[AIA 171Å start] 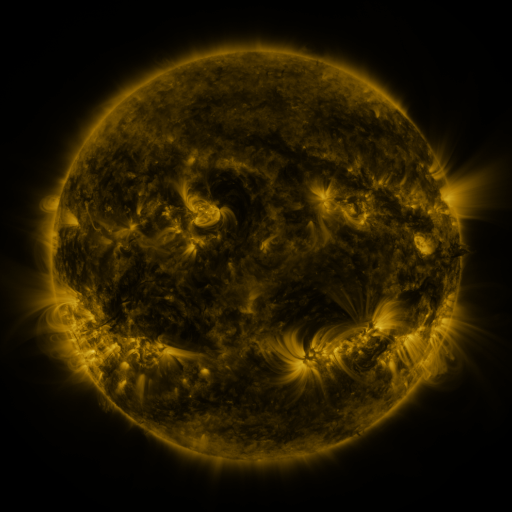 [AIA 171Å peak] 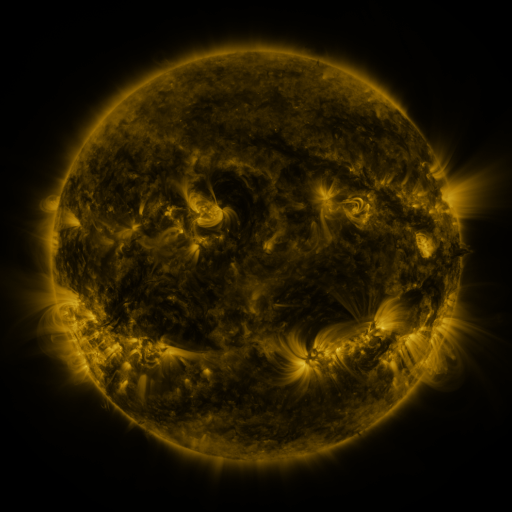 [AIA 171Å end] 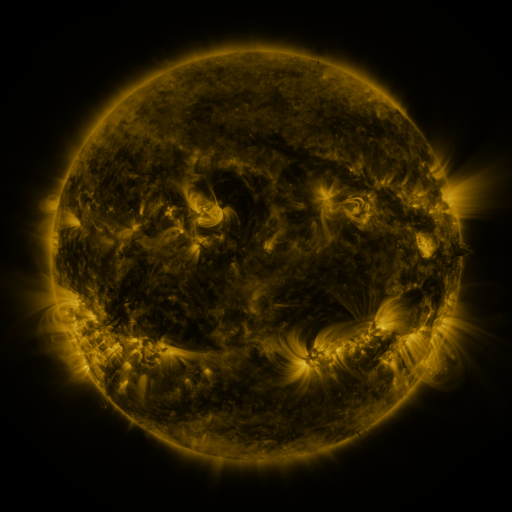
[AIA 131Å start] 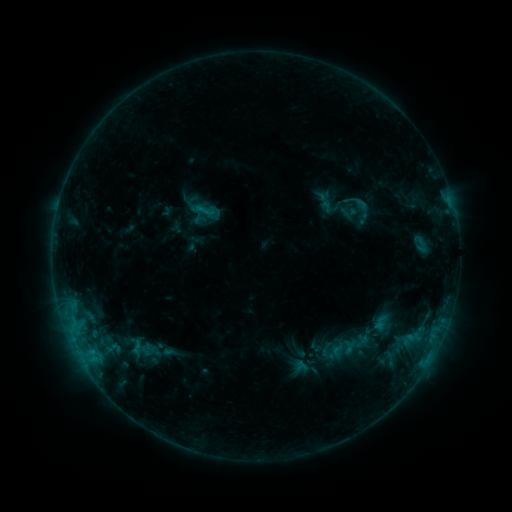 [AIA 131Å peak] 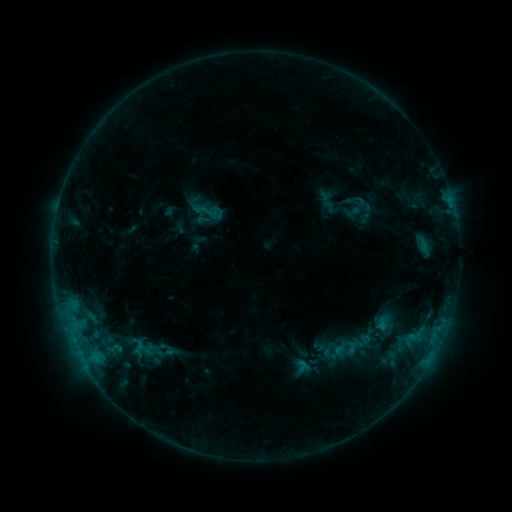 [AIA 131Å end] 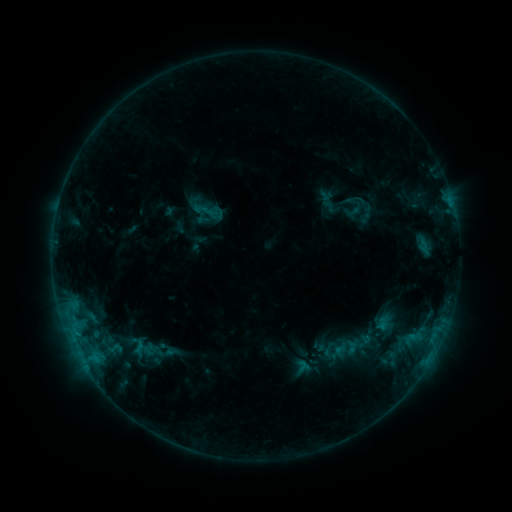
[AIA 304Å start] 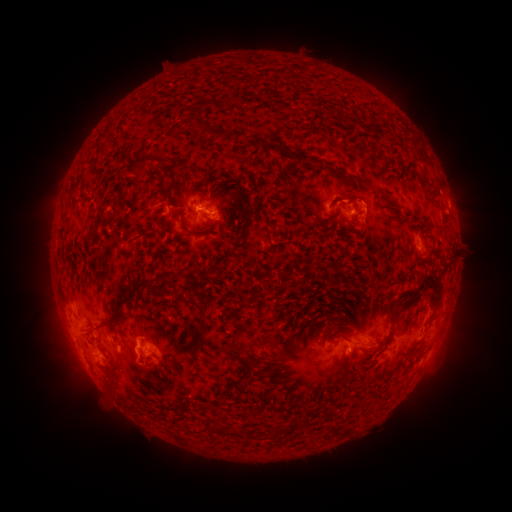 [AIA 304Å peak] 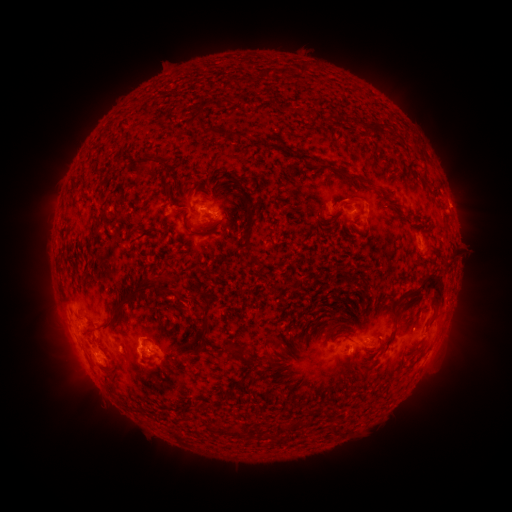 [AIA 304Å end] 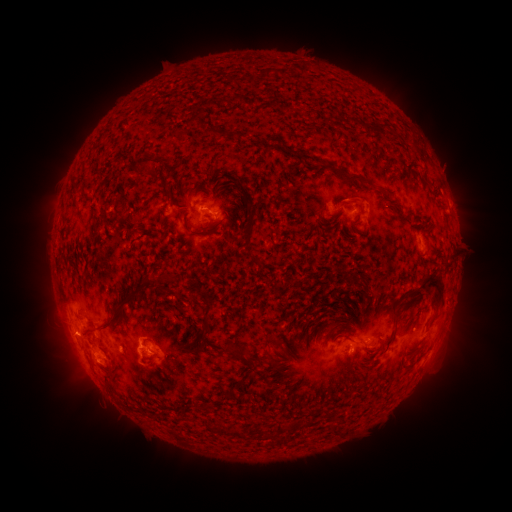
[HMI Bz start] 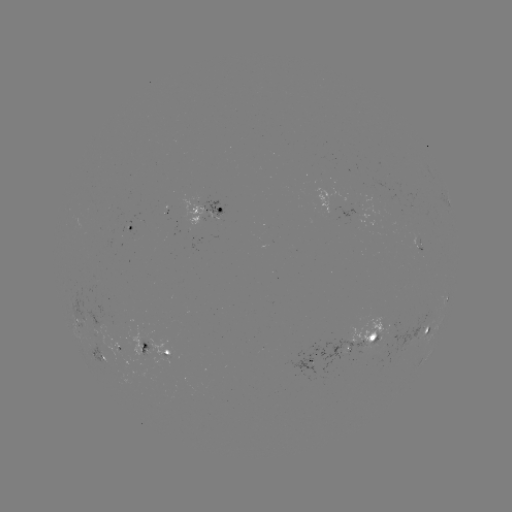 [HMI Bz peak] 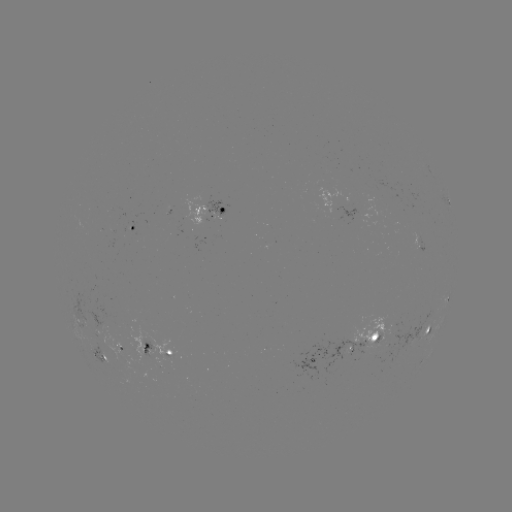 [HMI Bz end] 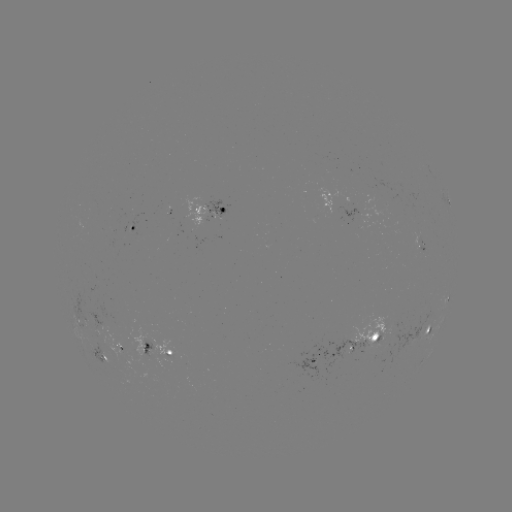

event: emerging-flux region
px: (139, 235)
